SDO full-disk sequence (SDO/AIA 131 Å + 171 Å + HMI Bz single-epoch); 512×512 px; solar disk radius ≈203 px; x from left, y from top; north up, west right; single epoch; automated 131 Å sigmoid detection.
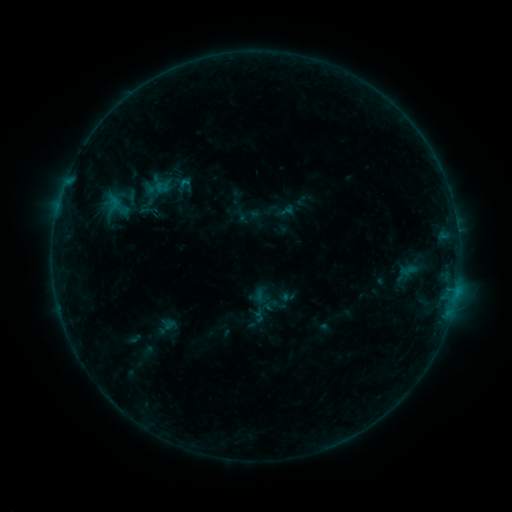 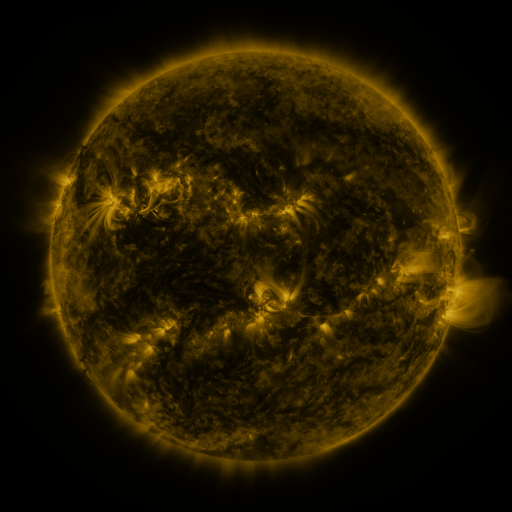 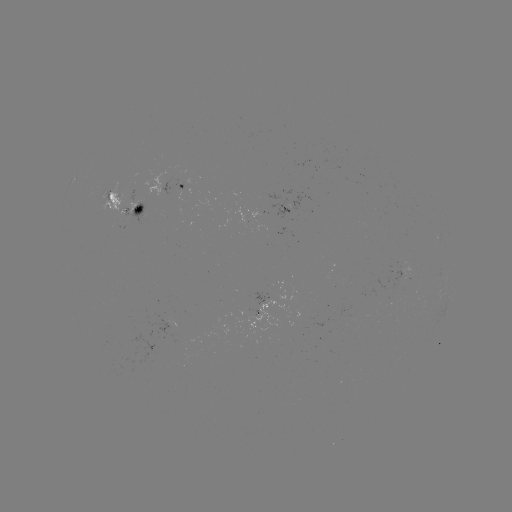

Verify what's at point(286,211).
sigmoid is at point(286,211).